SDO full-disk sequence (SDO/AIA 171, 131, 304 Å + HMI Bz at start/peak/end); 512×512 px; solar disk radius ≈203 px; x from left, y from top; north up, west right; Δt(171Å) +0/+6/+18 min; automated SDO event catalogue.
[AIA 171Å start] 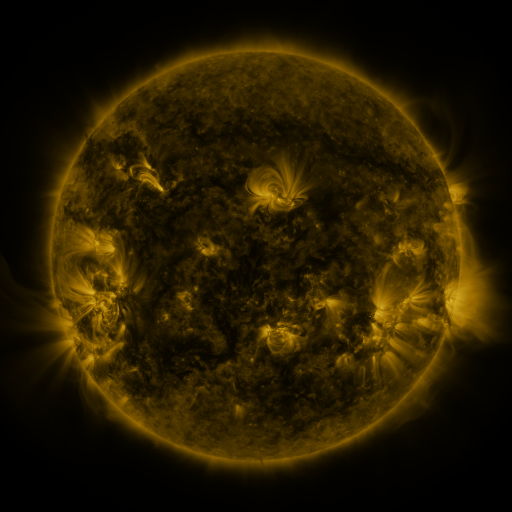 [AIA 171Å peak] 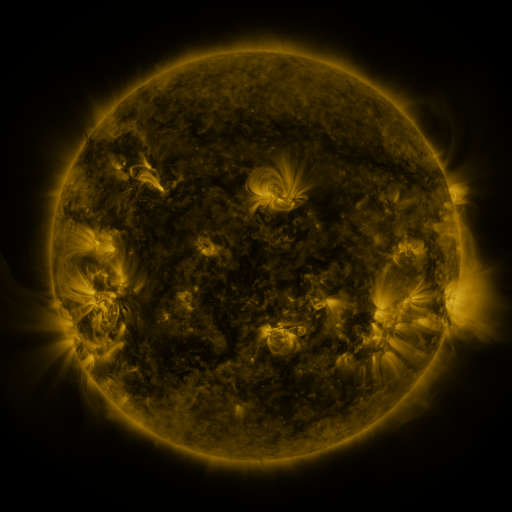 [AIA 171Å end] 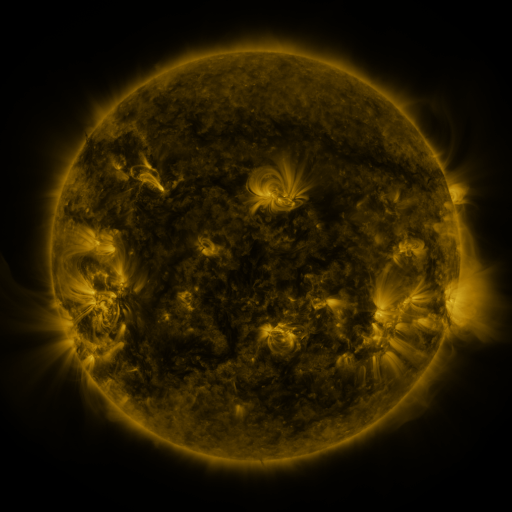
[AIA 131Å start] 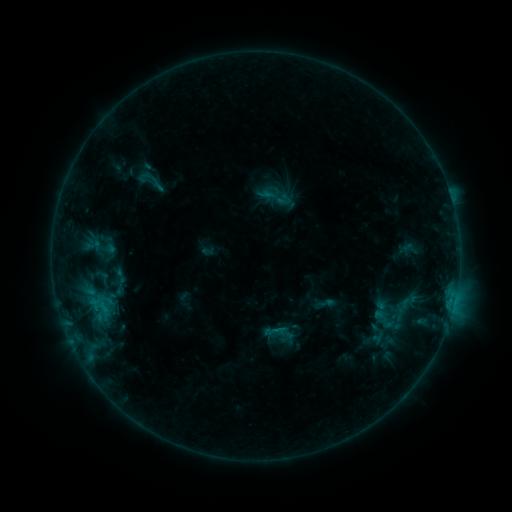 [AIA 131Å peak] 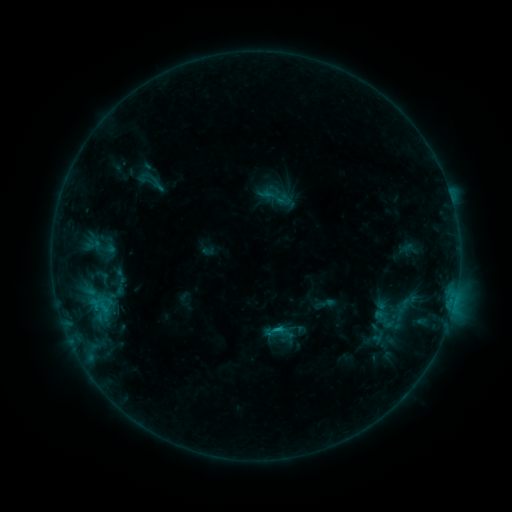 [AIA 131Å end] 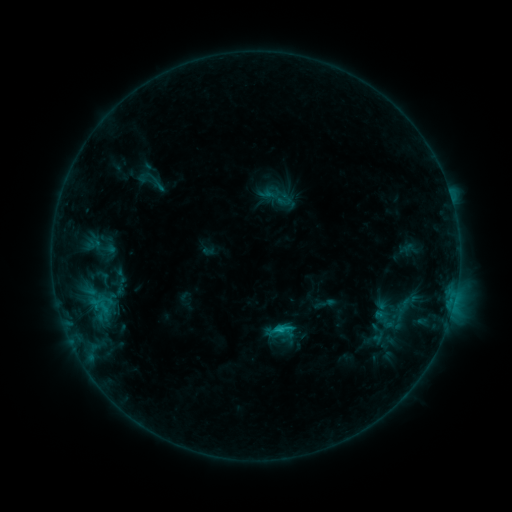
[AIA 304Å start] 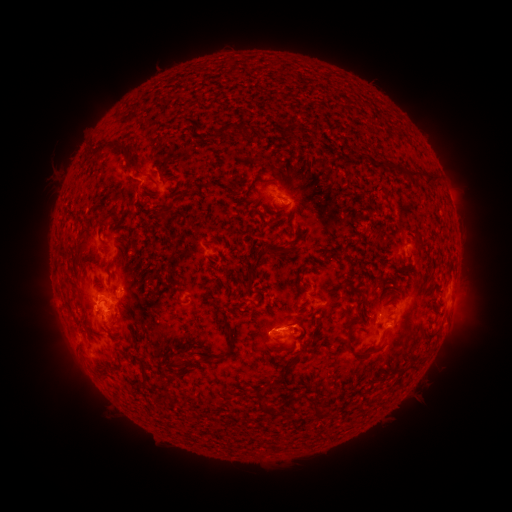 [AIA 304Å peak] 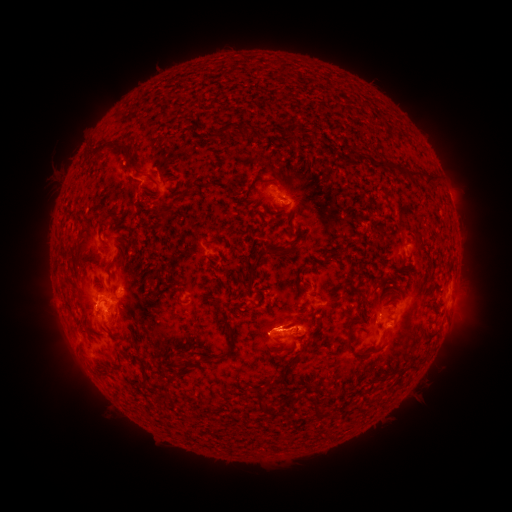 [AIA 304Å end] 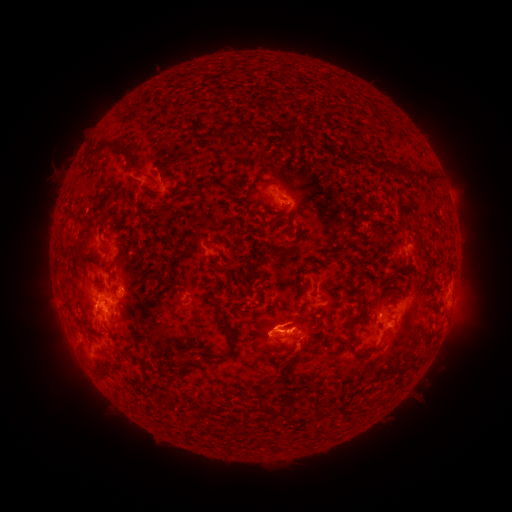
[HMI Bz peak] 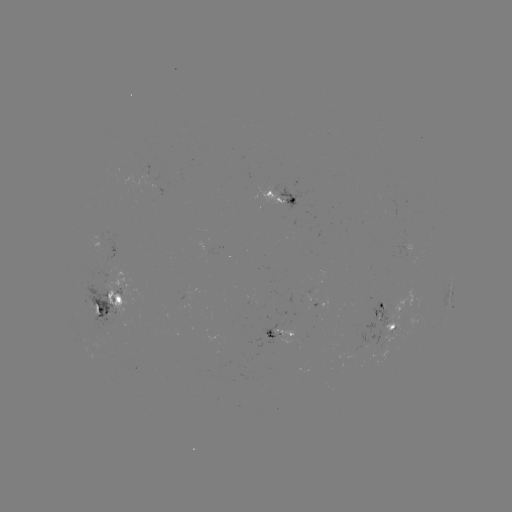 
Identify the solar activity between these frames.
eruption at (292, 328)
